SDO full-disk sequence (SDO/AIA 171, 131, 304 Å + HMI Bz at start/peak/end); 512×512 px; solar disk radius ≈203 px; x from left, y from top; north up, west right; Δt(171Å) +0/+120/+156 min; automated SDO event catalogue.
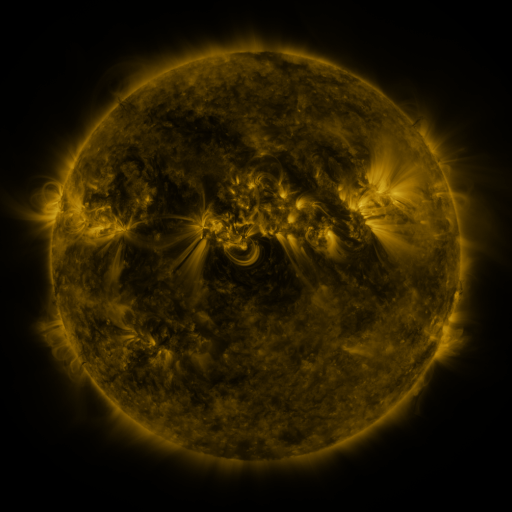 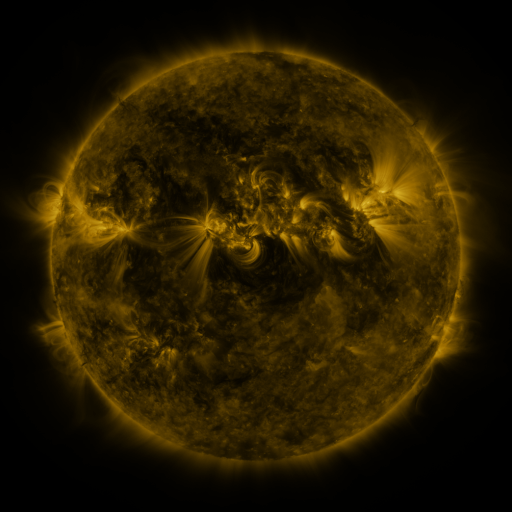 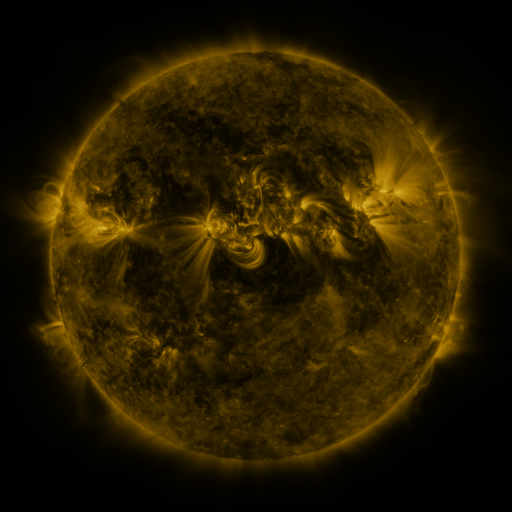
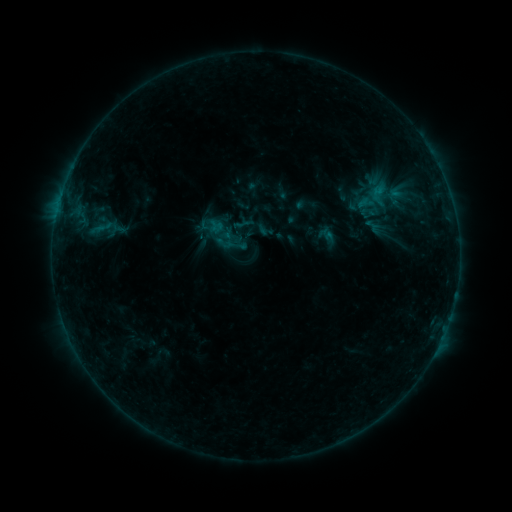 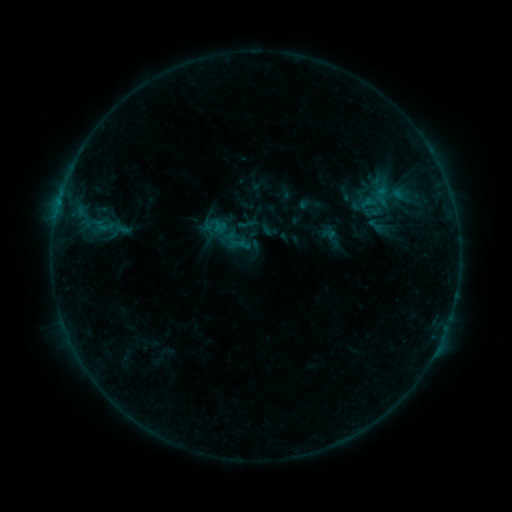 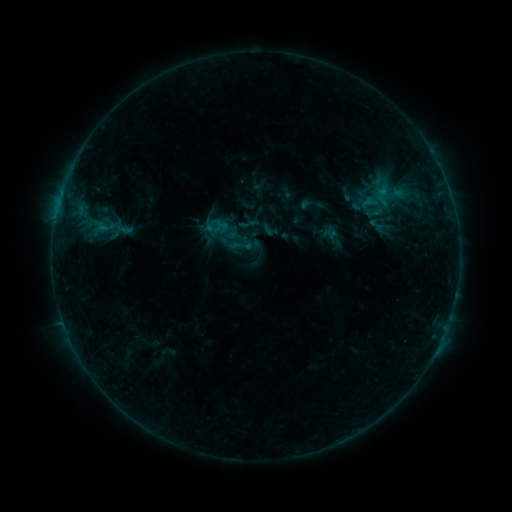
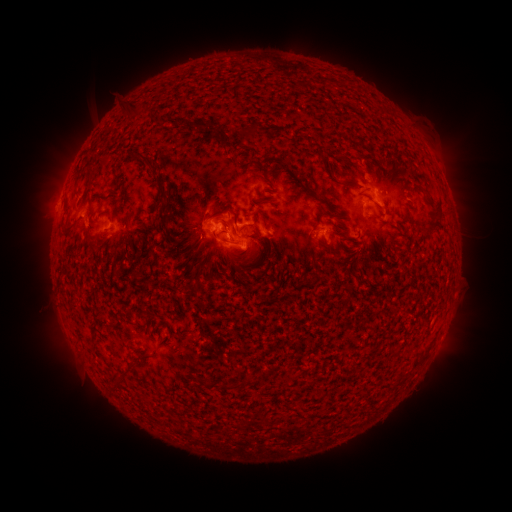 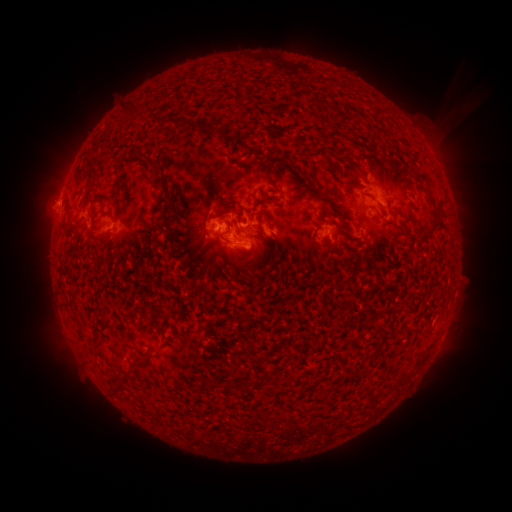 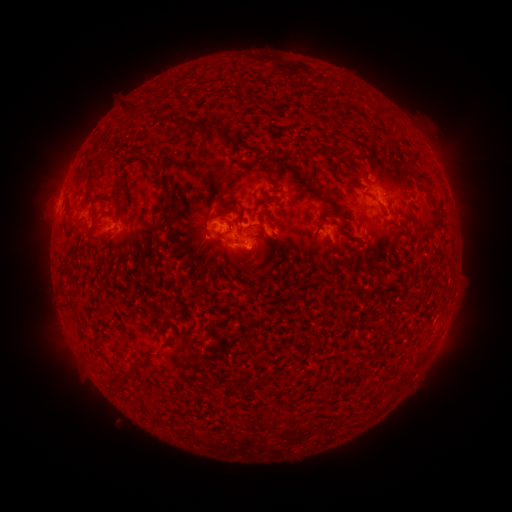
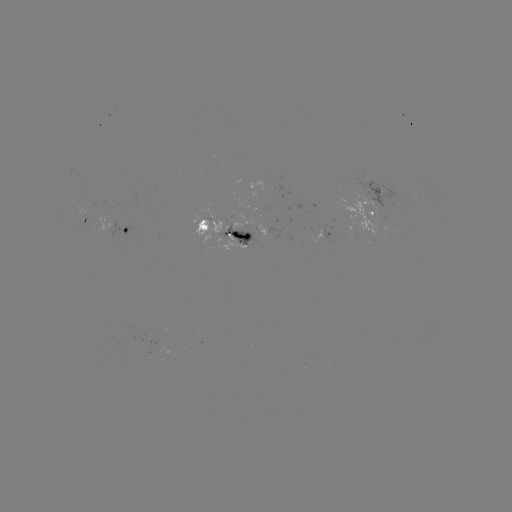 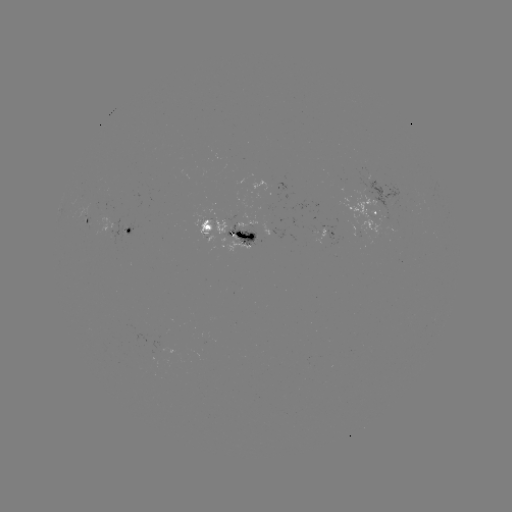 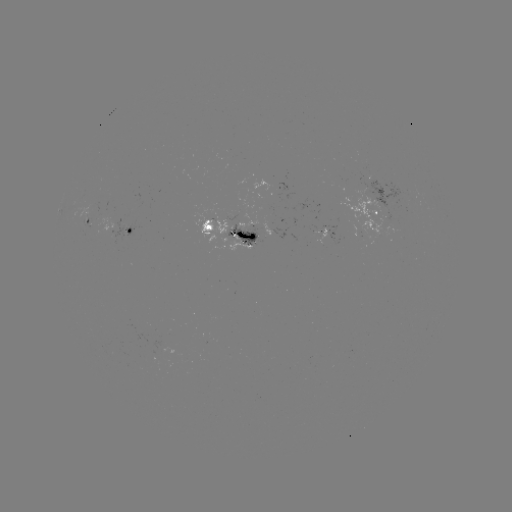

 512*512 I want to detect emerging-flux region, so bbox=[313, 227, 326, 244].